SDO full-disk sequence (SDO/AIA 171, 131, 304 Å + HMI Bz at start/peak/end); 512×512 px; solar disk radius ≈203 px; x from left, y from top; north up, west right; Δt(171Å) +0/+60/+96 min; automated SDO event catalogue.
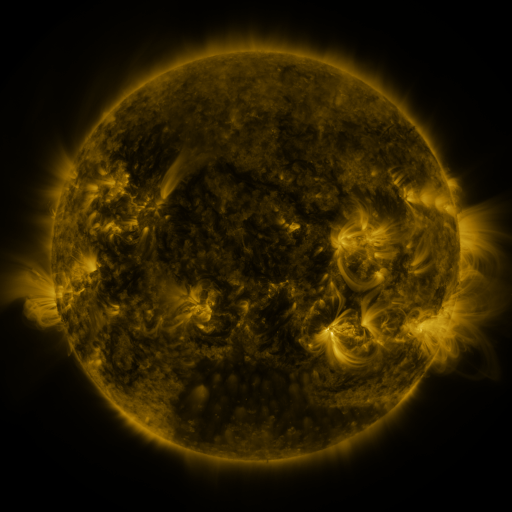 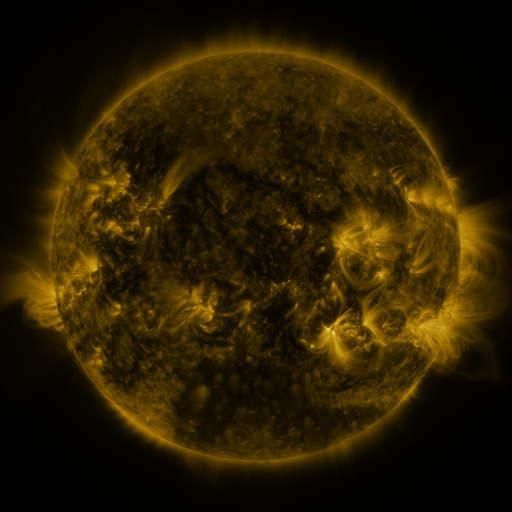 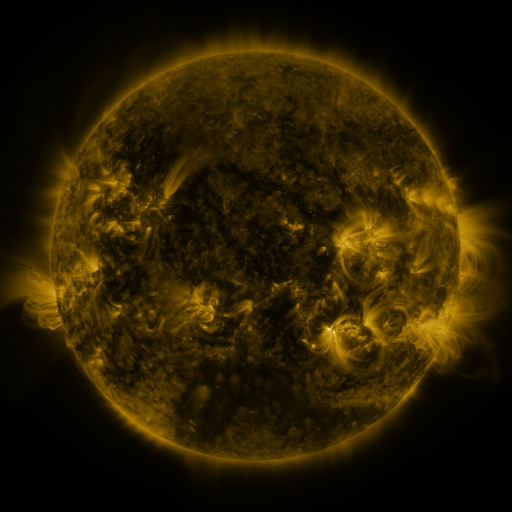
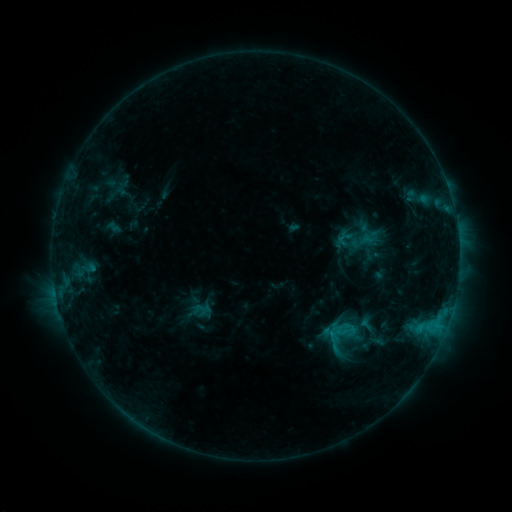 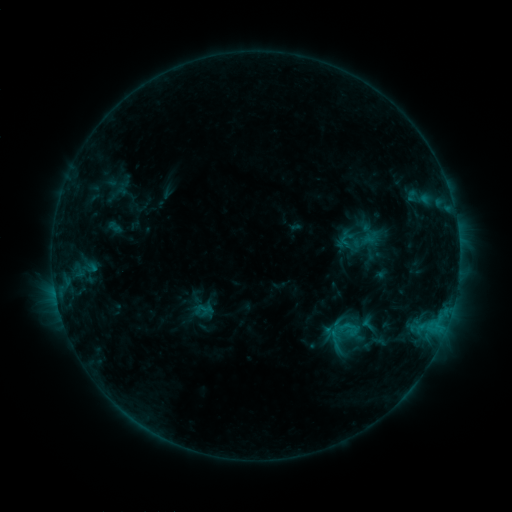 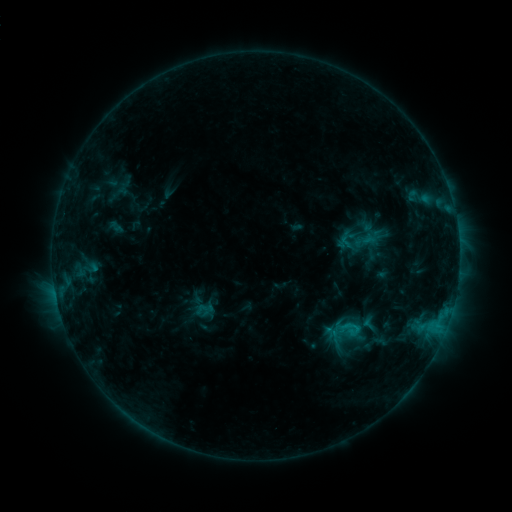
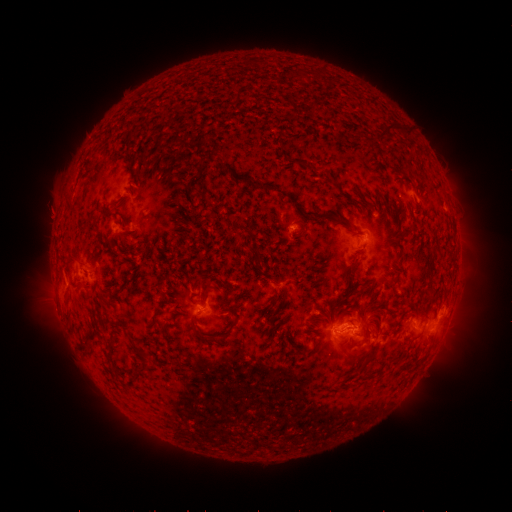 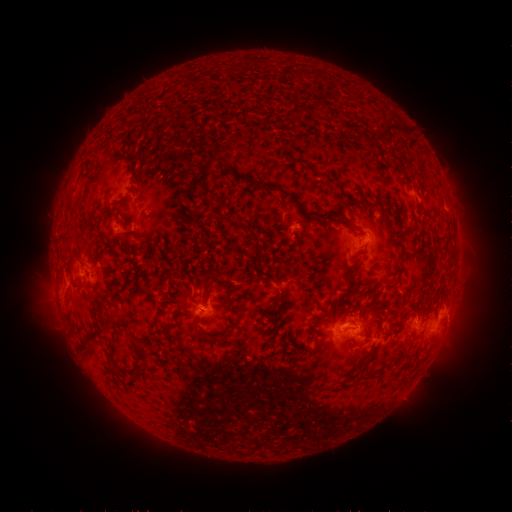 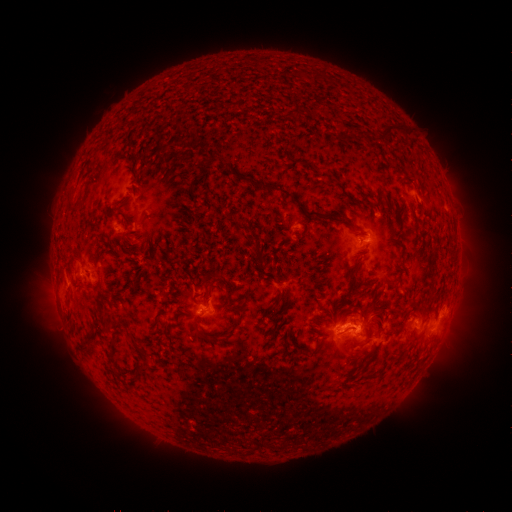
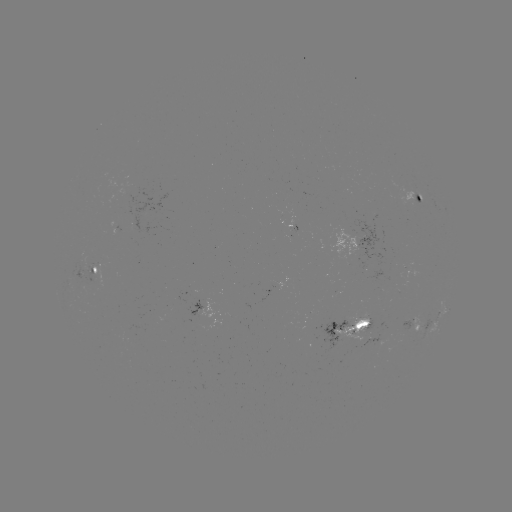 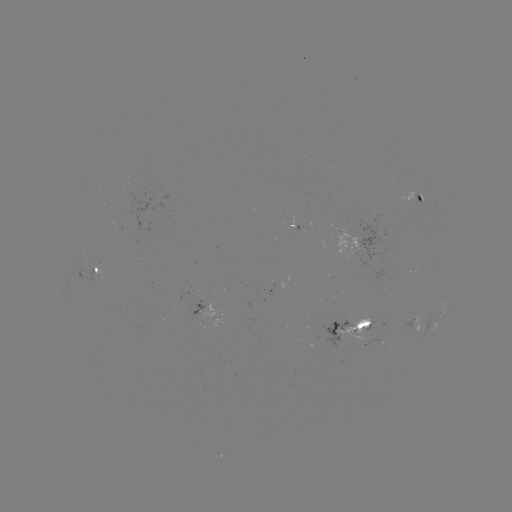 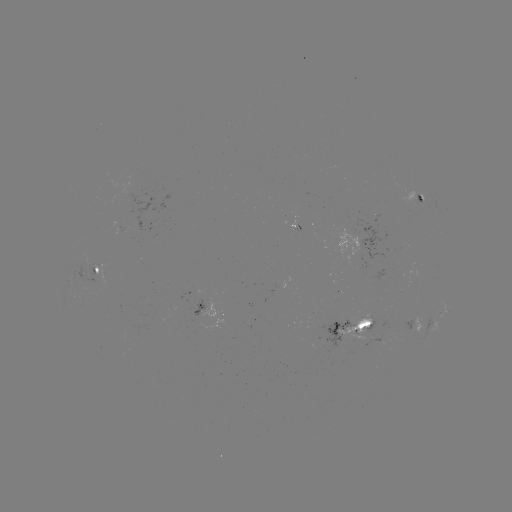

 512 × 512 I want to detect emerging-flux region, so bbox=[79, 253, 91, 282].